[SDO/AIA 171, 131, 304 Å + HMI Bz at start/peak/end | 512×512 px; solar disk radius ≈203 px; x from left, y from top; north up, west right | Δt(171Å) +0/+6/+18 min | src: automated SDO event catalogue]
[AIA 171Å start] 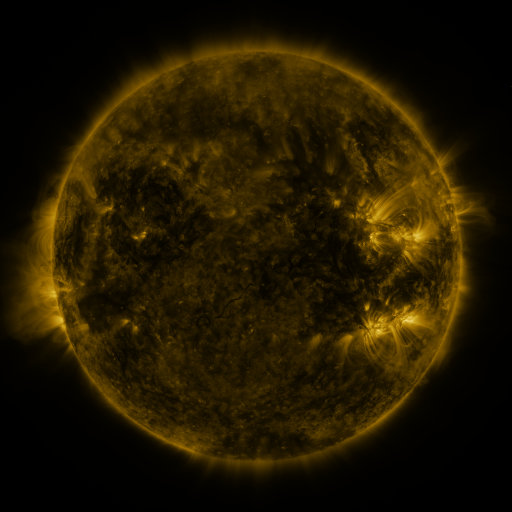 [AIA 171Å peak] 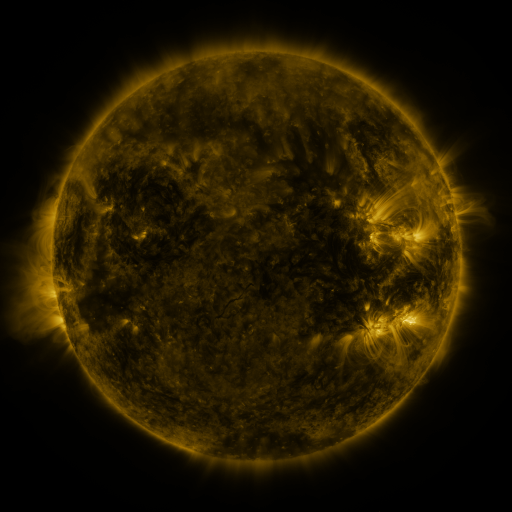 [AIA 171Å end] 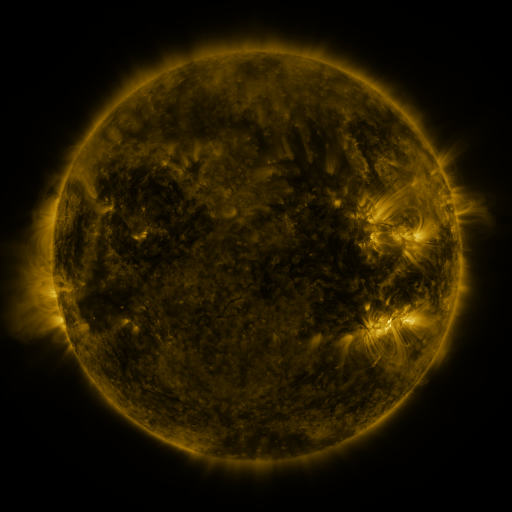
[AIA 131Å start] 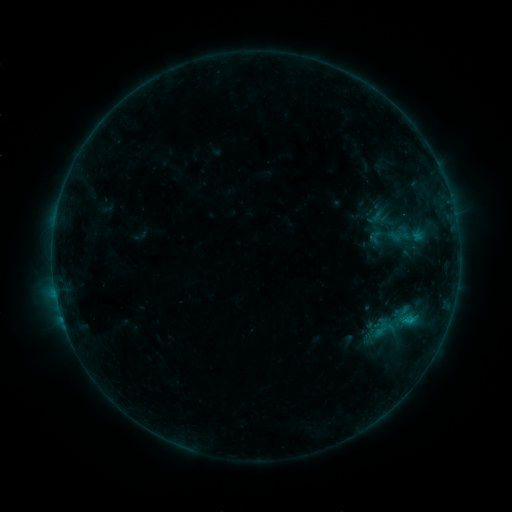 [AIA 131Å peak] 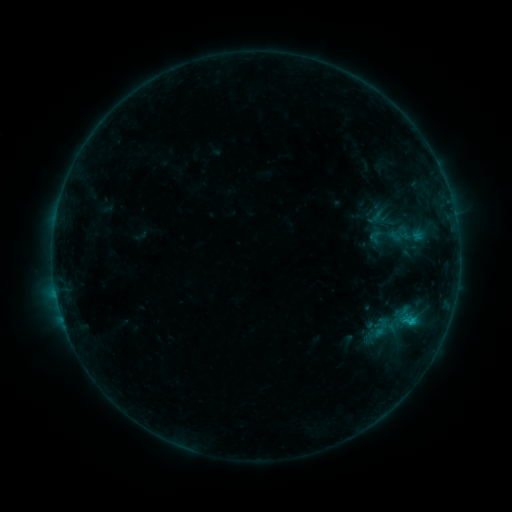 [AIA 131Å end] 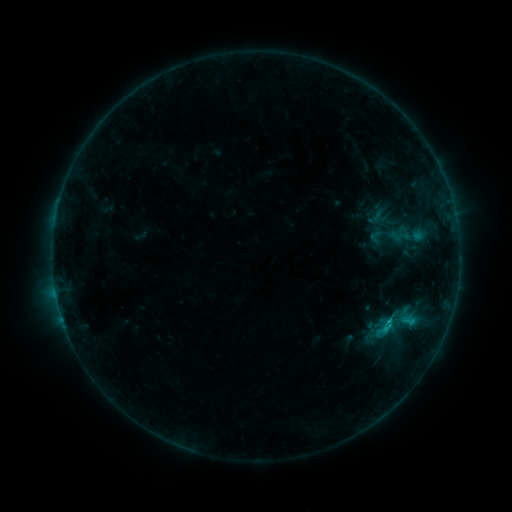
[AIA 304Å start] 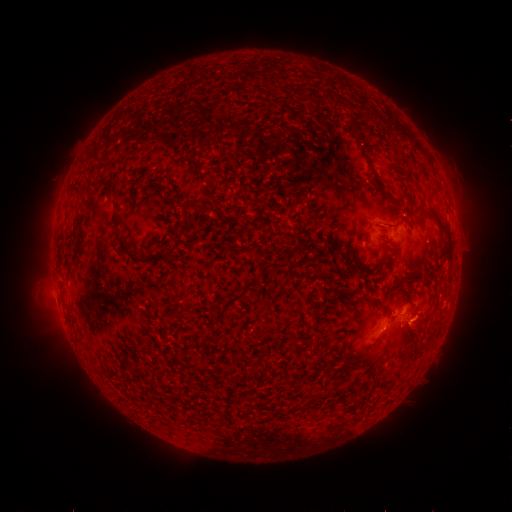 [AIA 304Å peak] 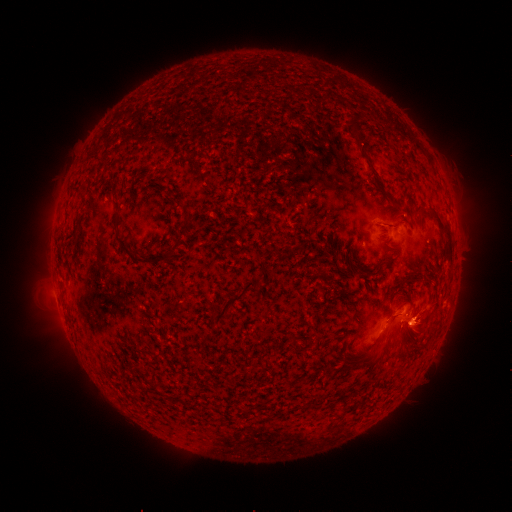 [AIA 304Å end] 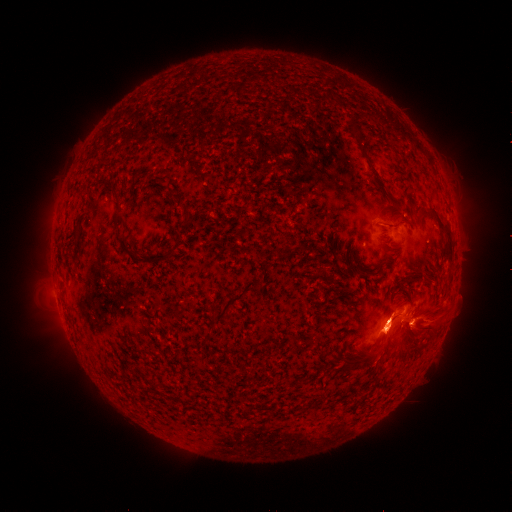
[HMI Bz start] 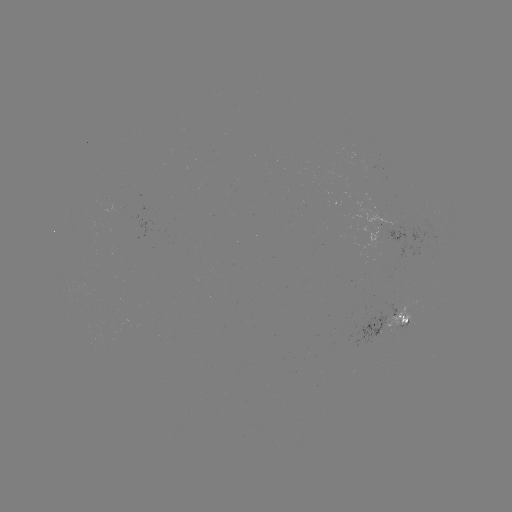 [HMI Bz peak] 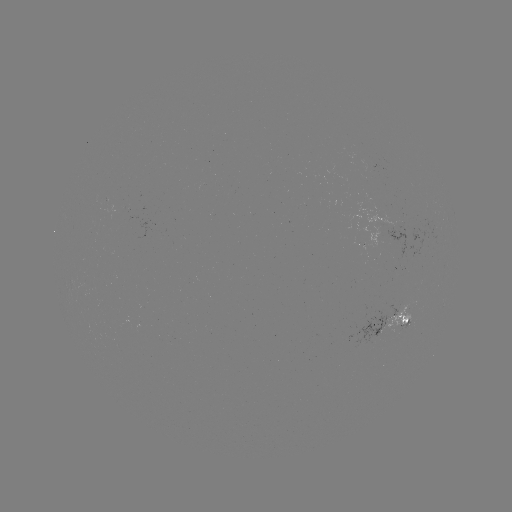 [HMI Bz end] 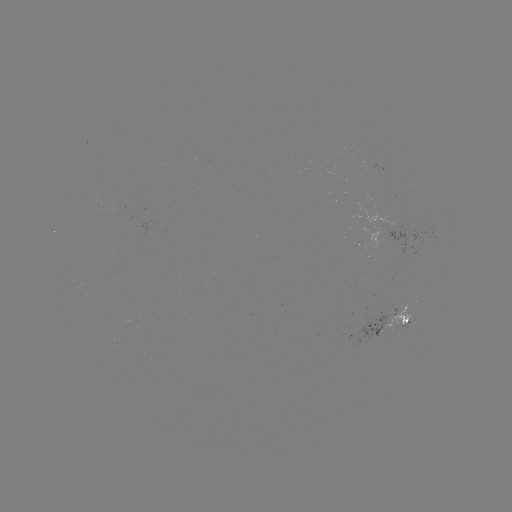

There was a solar eruption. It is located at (424, 318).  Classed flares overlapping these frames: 1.